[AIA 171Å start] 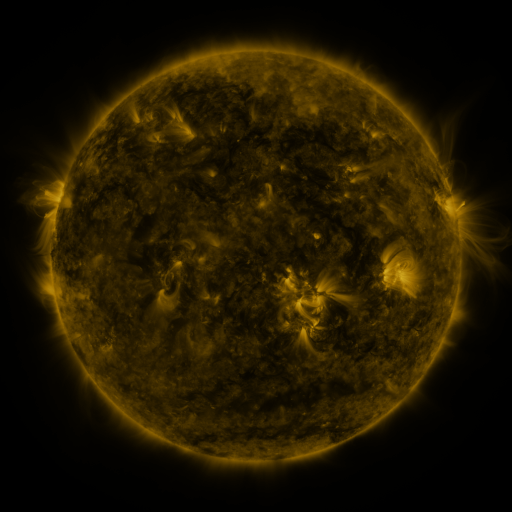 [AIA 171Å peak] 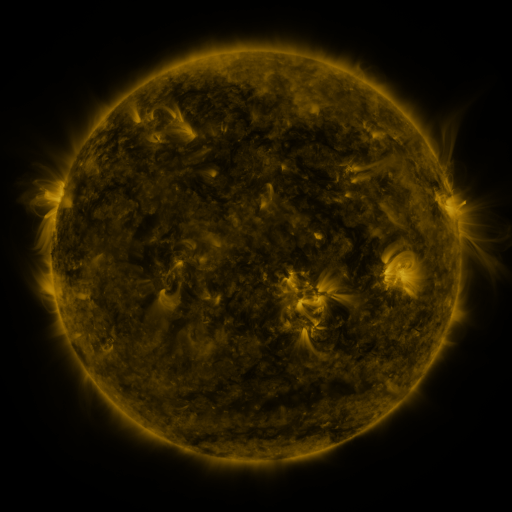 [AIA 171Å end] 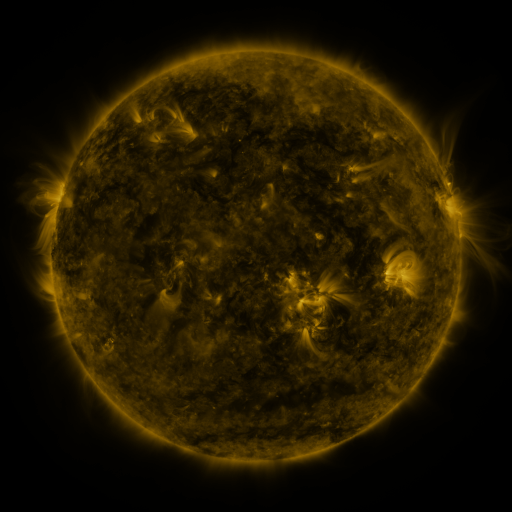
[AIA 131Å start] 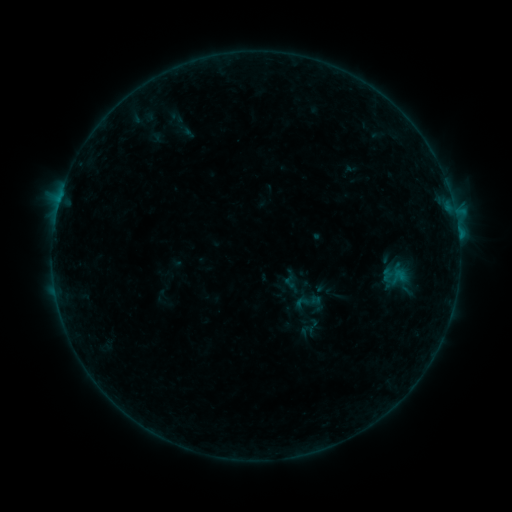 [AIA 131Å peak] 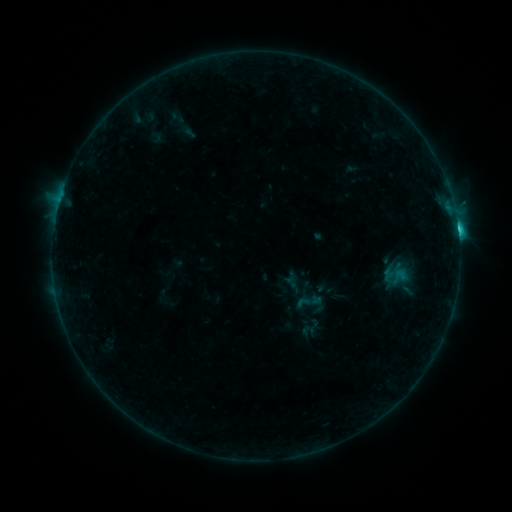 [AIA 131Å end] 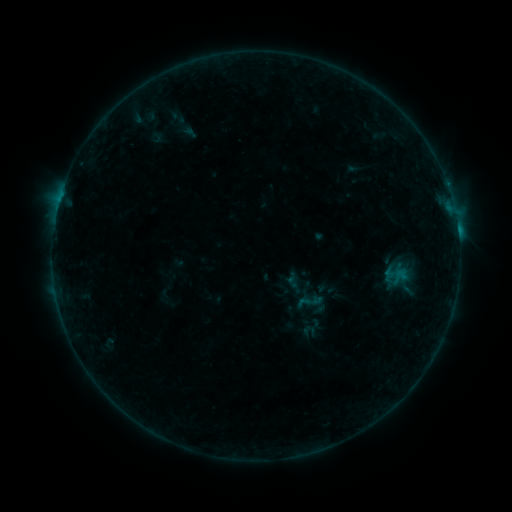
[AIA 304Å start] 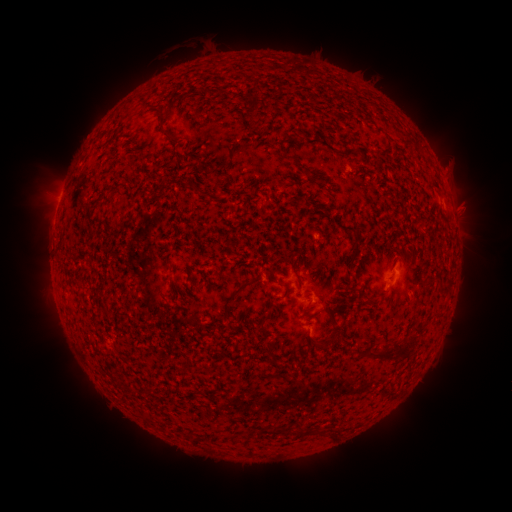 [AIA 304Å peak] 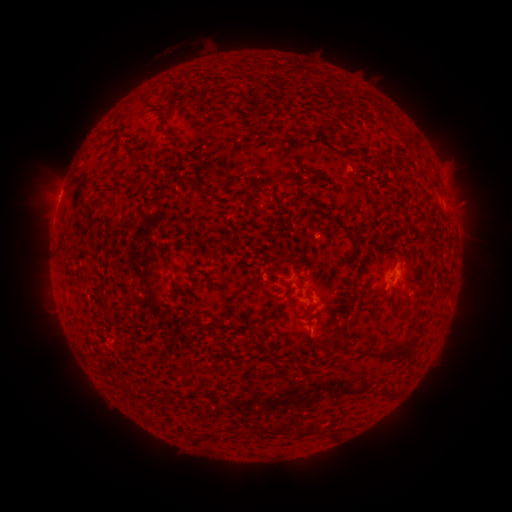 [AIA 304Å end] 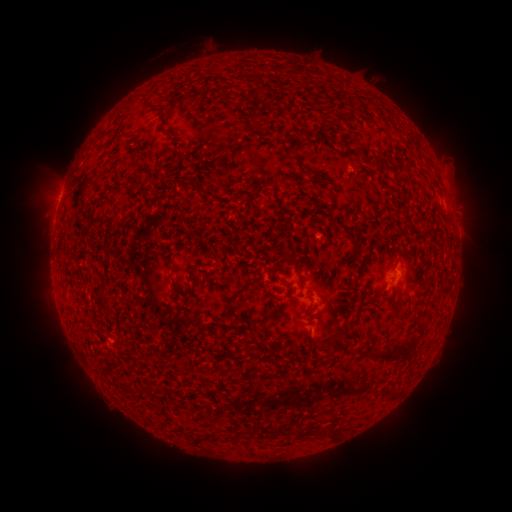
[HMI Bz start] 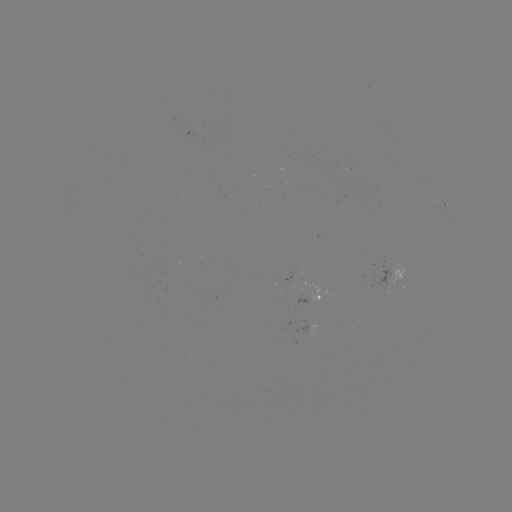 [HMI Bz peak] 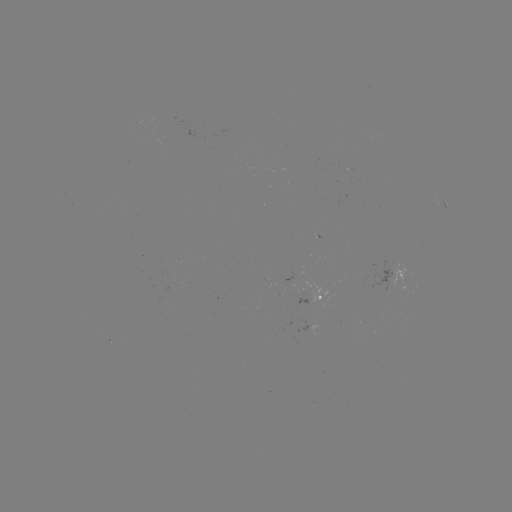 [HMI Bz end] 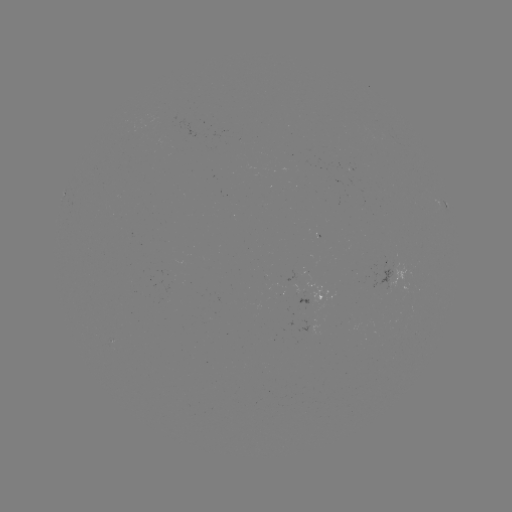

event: flare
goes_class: C2.6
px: (457, 230)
